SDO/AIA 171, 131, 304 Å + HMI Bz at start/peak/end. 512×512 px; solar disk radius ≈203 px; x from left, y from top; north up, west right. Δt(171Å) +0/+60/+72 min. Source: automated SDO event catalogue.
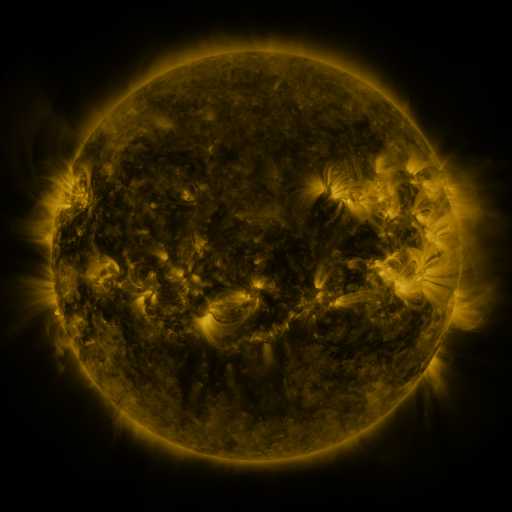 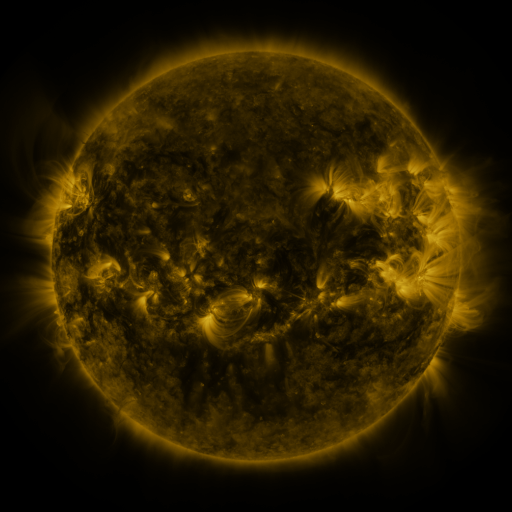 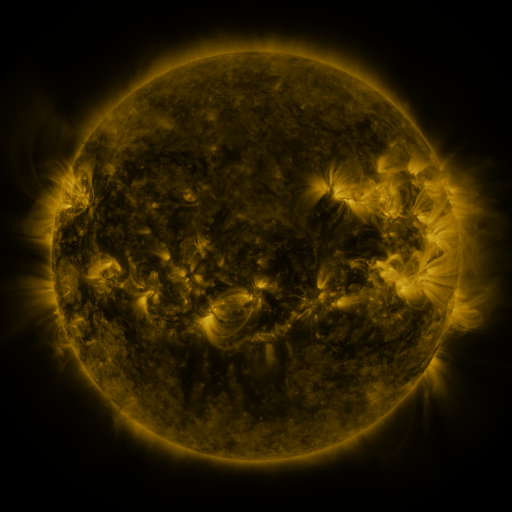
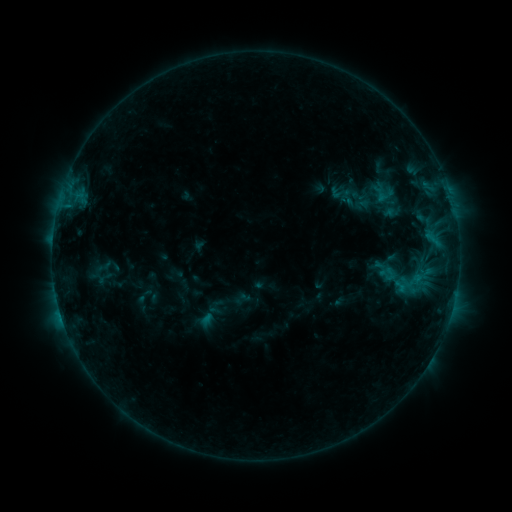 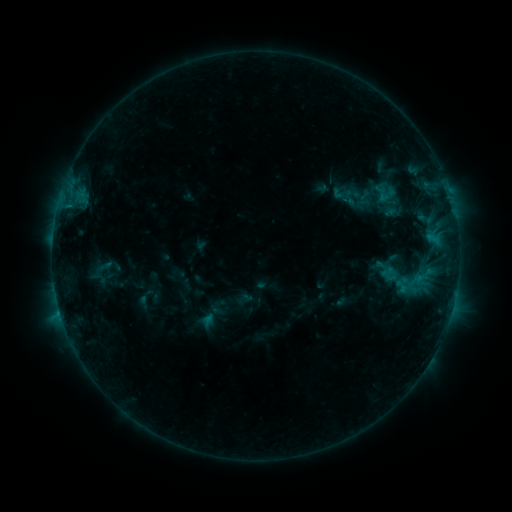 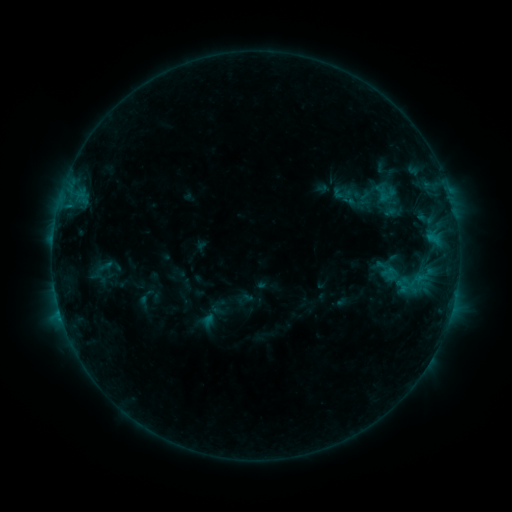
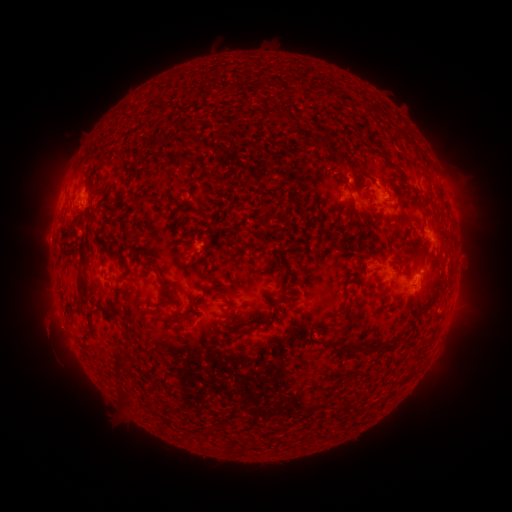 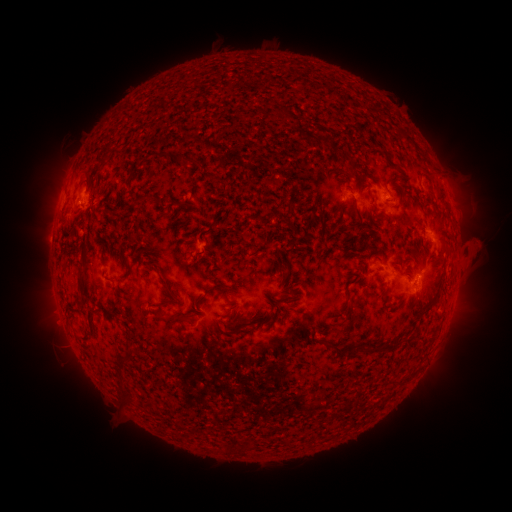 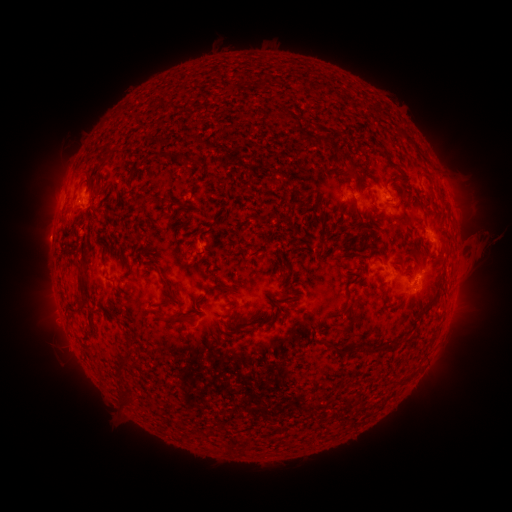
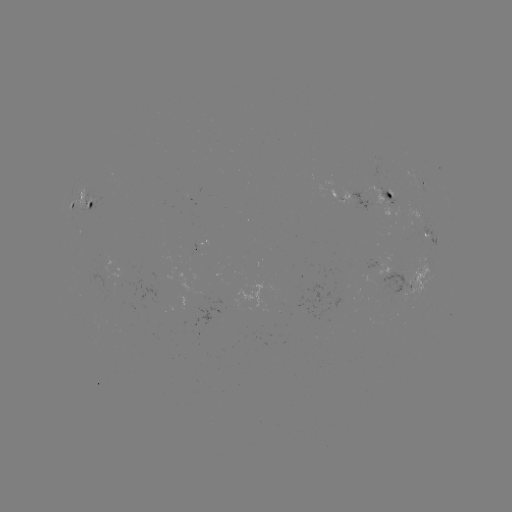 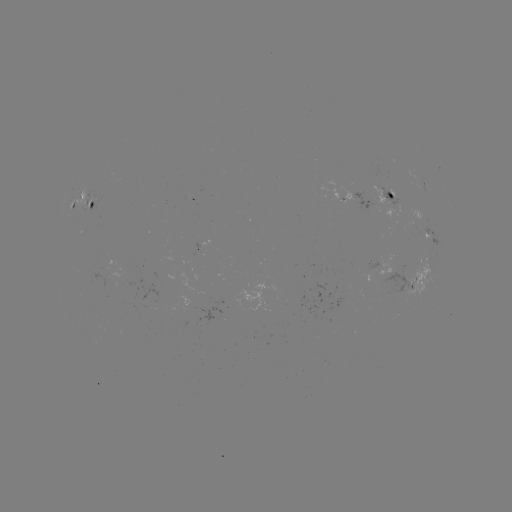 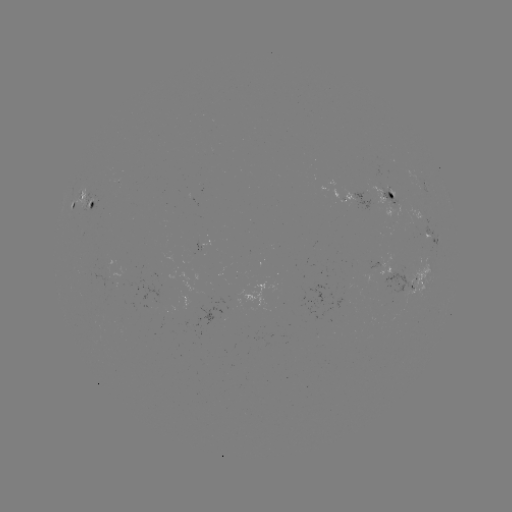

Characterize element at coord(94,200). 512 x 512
emerging-flux region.